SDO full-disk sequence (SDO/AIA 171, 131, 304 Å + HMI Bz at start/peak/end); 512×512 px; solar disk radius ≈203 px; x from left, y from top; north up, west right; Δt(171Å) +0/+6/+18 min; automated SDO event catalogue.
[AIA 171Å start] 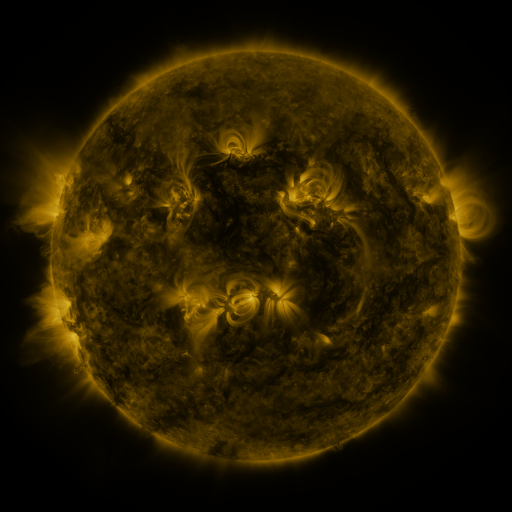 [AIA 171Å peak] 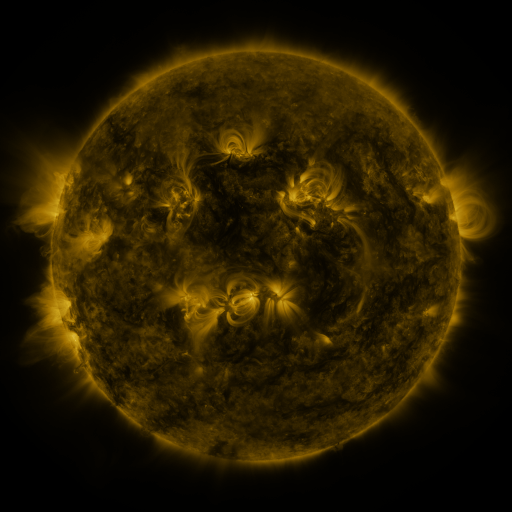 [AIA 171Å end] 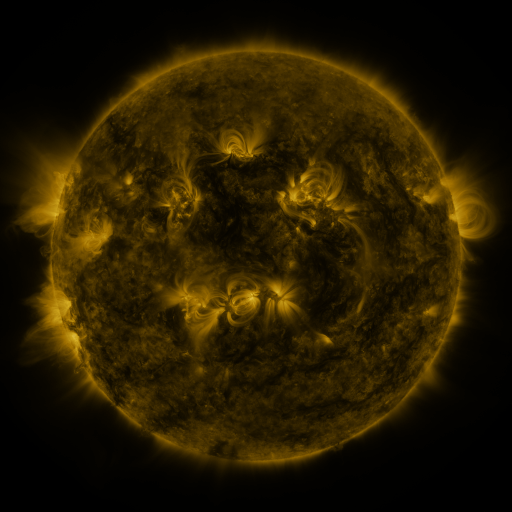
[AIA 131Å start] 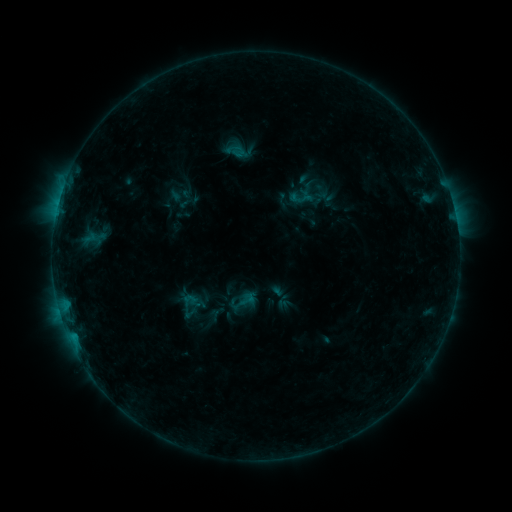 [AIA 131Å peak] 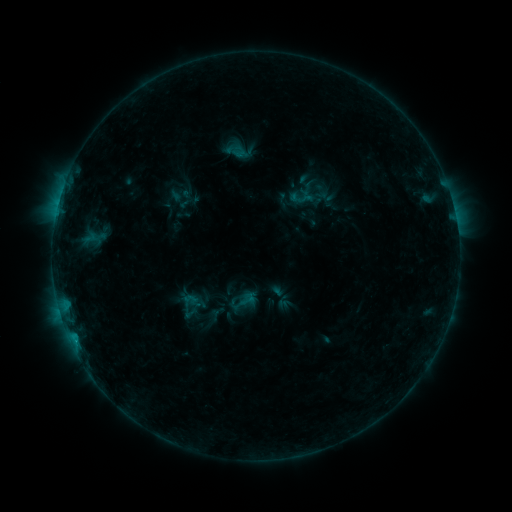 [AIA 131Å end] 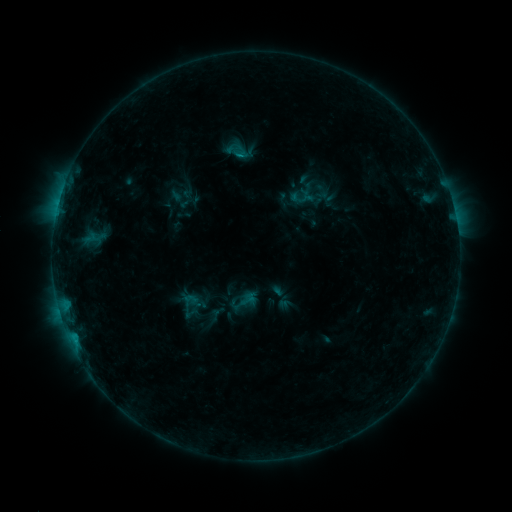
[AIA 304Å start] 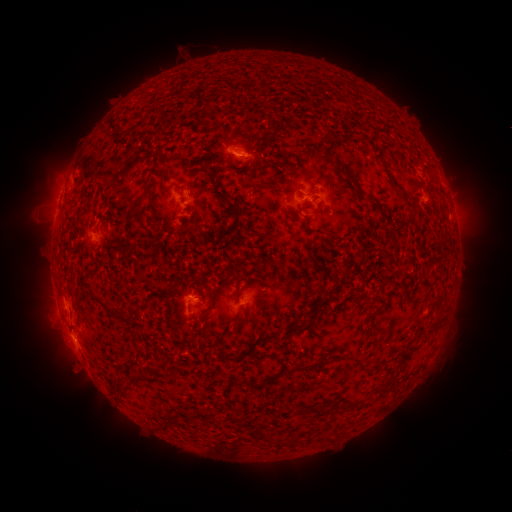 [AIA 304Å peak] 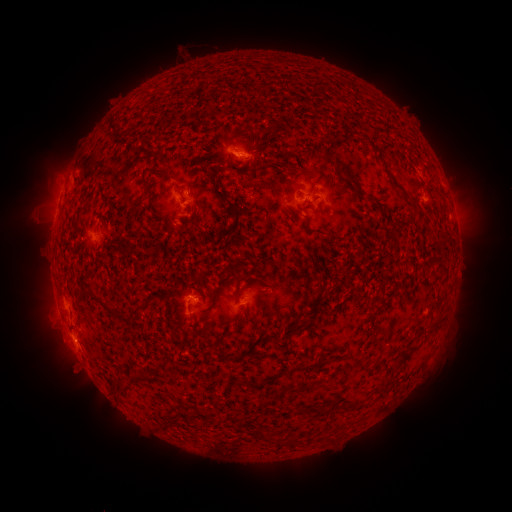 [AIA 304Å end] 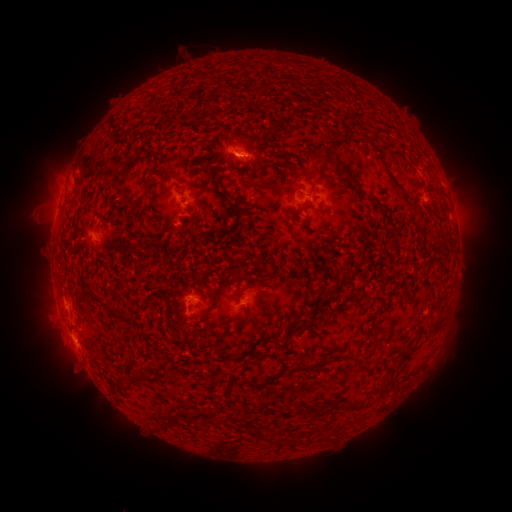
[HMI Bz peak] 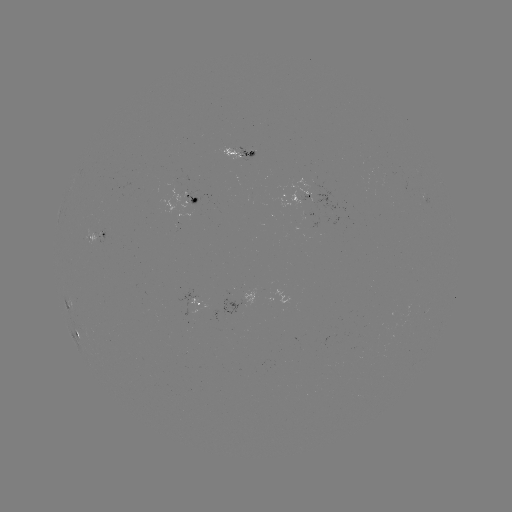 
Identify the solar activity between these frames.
B7.8 flare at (75, 339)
